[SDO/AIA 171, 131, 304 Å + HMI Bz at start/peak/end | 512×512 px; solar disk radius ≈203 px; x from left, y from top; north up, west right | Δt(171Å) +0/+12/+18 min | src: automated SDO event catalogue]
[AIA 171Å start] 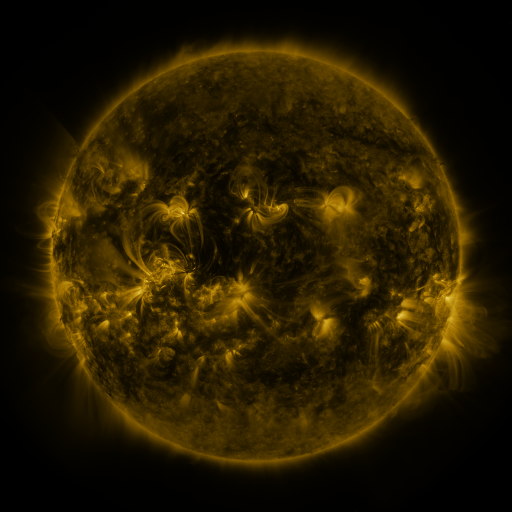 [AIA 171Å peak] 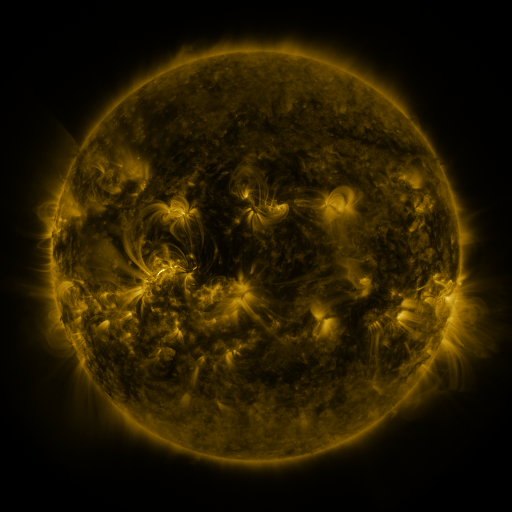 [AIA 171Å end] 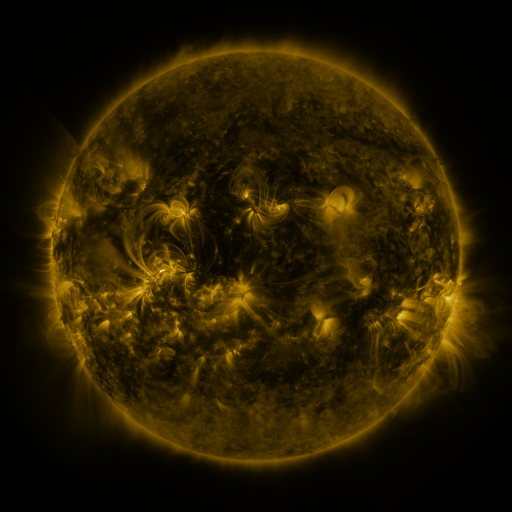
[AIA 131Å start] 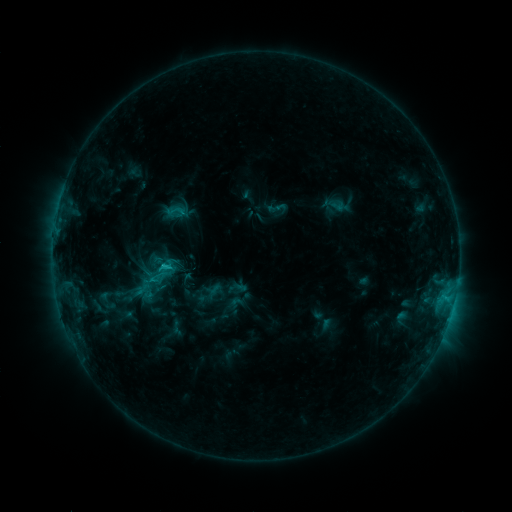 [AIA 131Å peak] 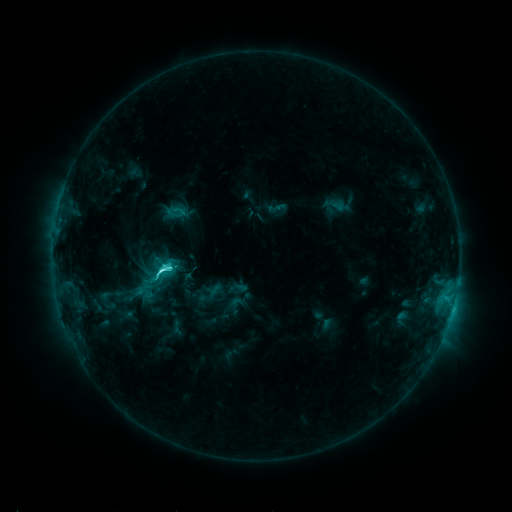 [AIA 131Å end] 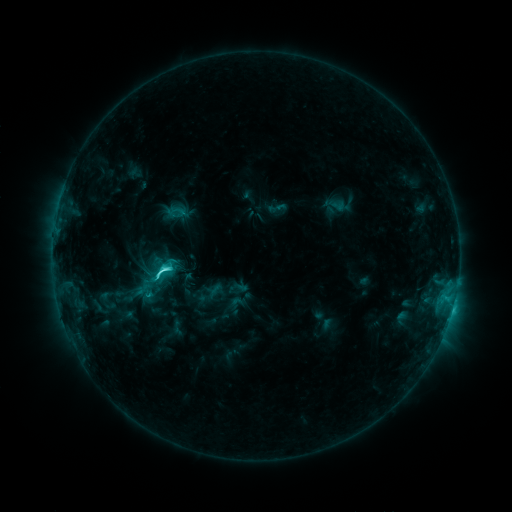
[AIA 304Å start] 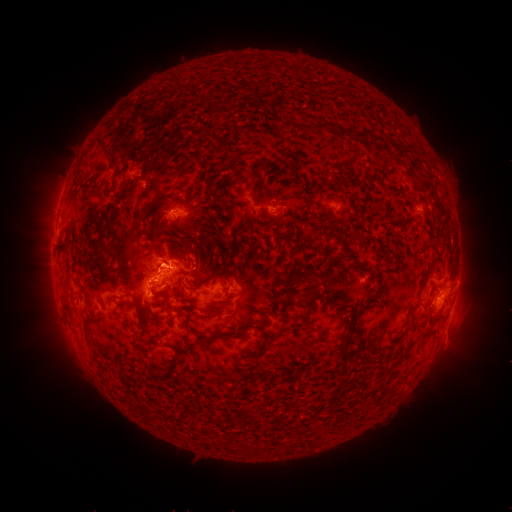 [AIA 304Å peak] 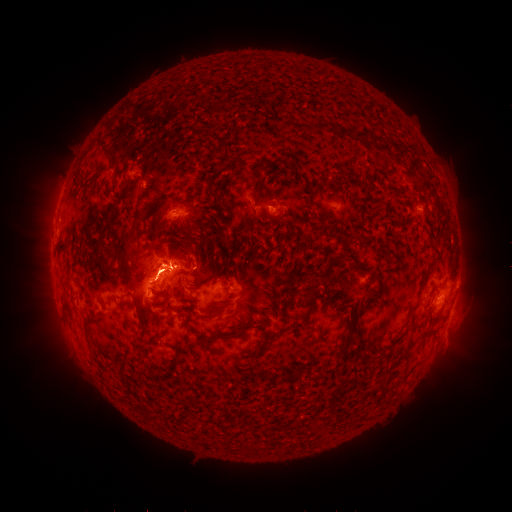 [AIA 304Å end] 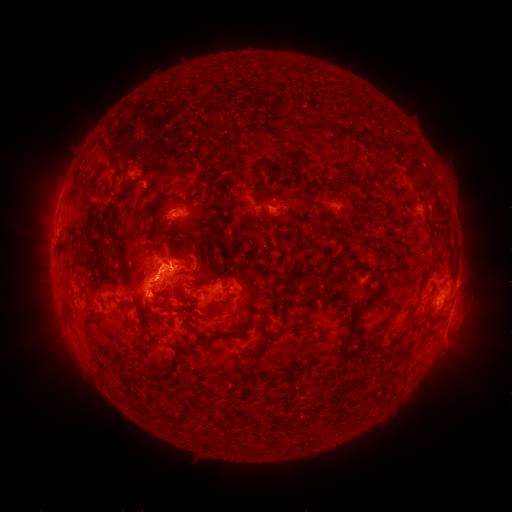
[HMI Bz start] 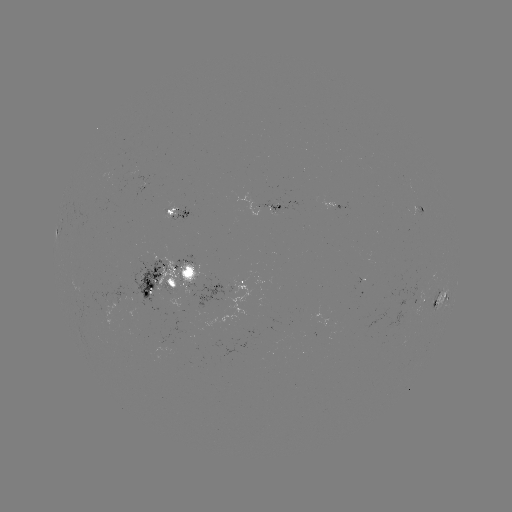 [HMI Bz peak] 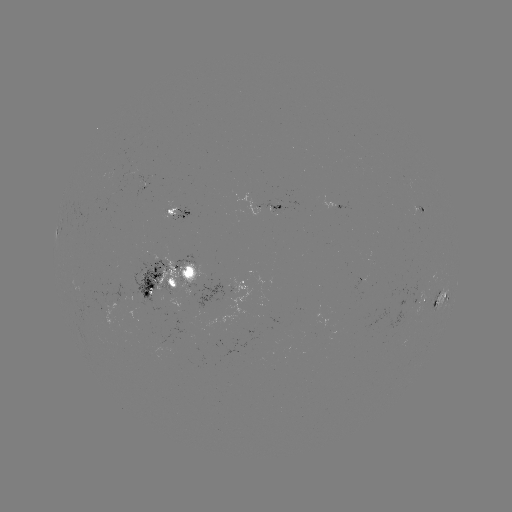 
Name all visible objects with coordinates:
C7.1 flare: (164, 269)
